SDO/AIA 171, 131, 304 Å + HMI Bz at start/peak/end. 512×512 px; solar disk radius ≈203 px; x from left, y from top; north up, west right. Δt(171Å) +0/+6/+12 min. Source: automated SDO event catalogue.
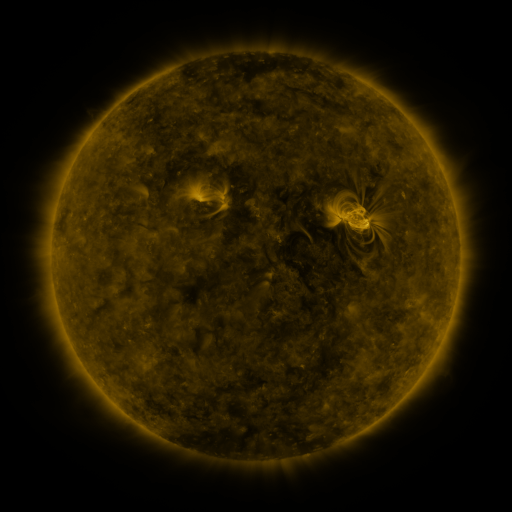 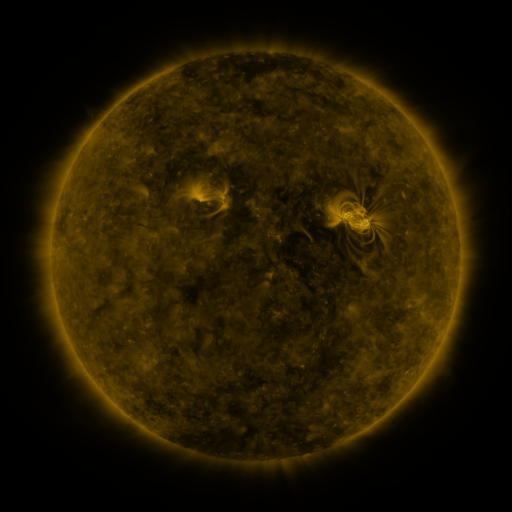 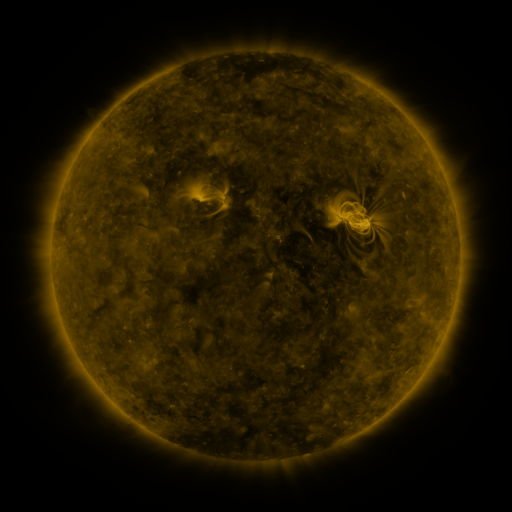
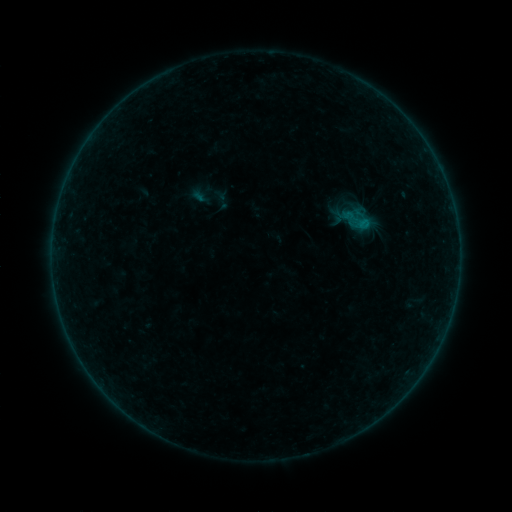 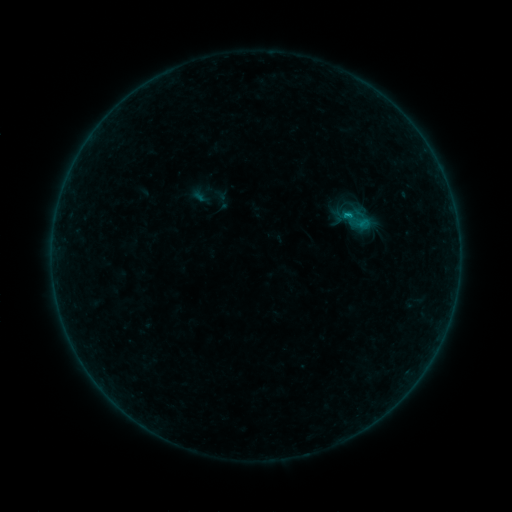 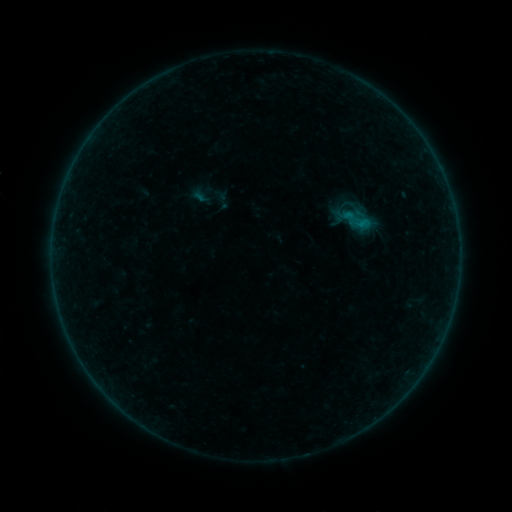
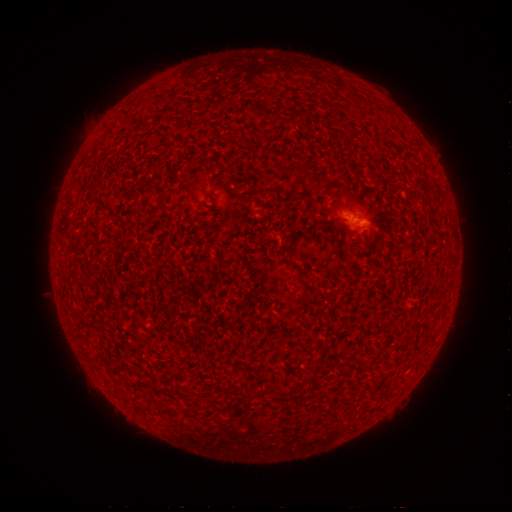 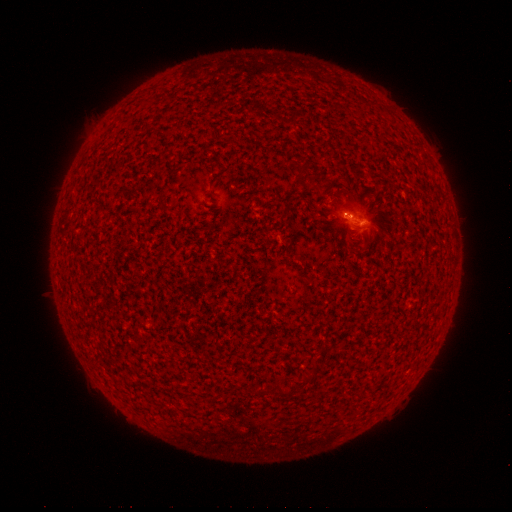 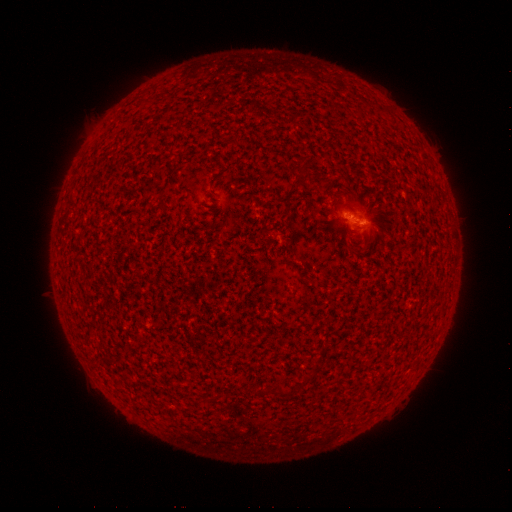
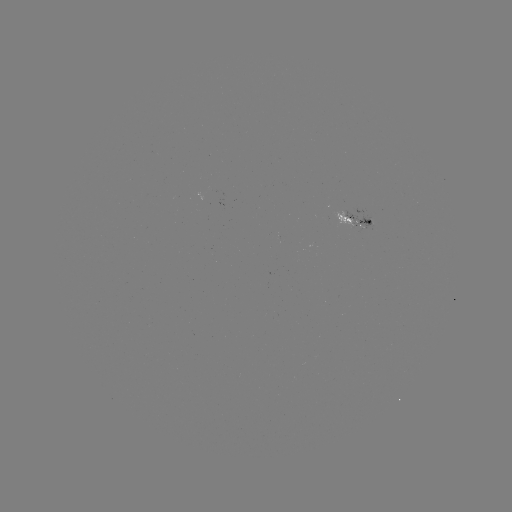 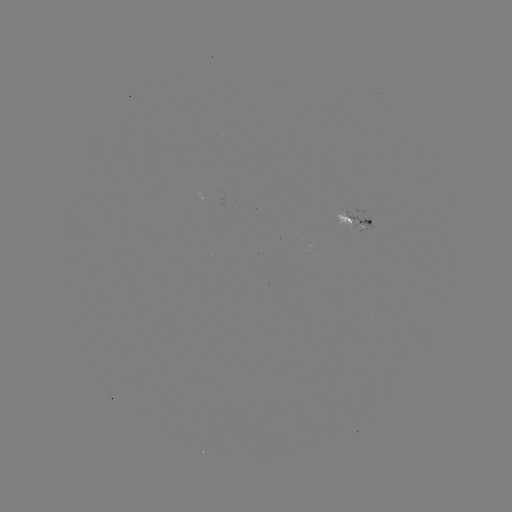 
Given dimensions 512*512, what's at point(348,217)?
B2.9 flare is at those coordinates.